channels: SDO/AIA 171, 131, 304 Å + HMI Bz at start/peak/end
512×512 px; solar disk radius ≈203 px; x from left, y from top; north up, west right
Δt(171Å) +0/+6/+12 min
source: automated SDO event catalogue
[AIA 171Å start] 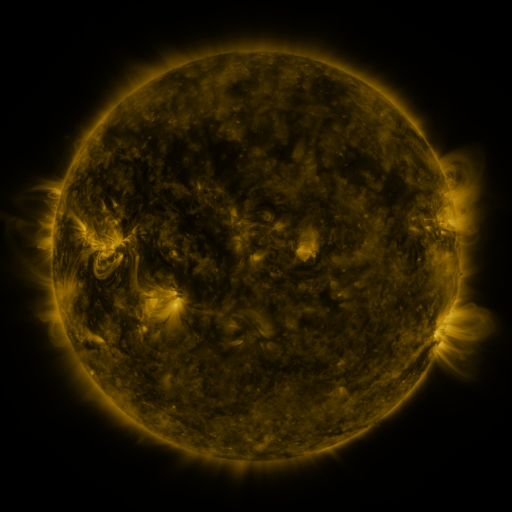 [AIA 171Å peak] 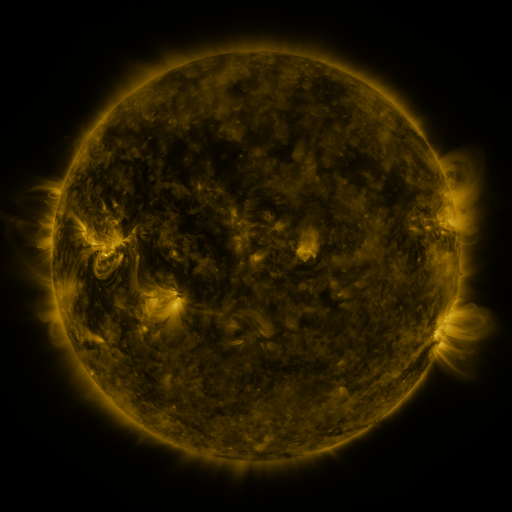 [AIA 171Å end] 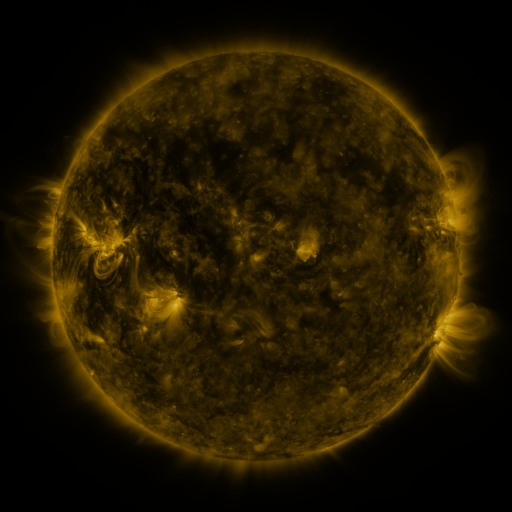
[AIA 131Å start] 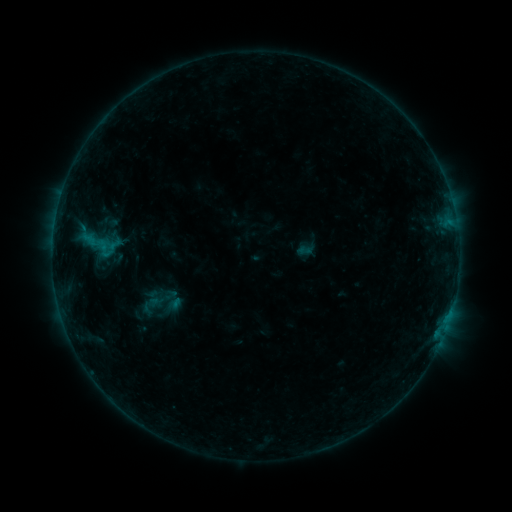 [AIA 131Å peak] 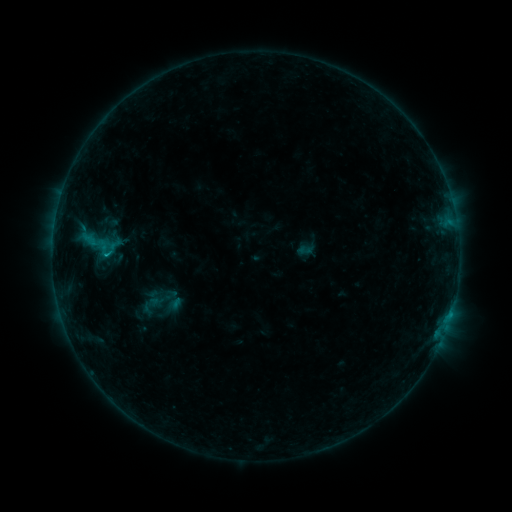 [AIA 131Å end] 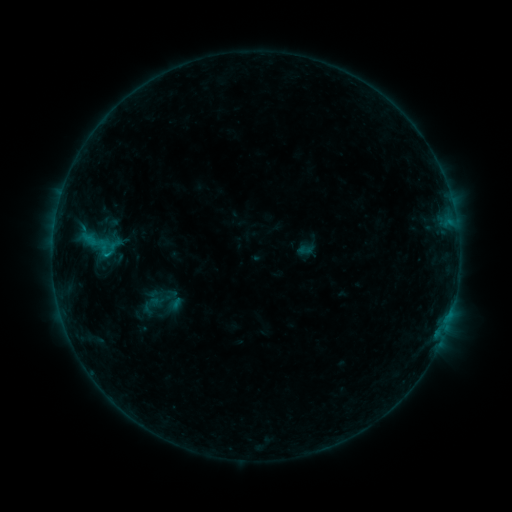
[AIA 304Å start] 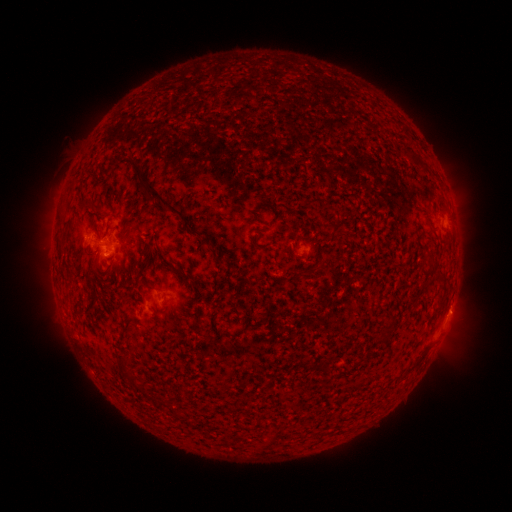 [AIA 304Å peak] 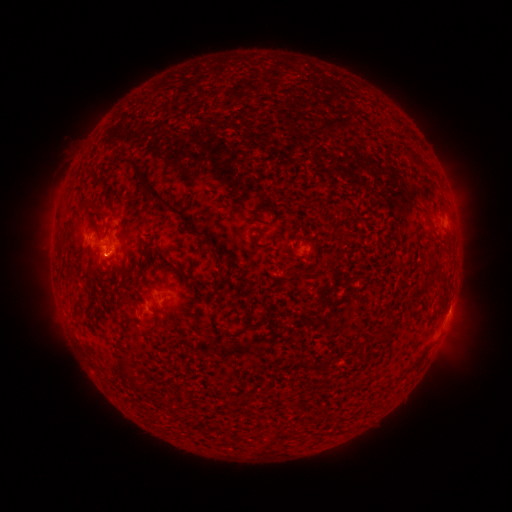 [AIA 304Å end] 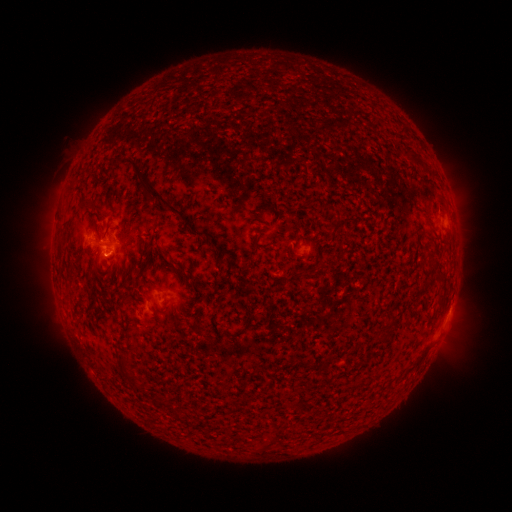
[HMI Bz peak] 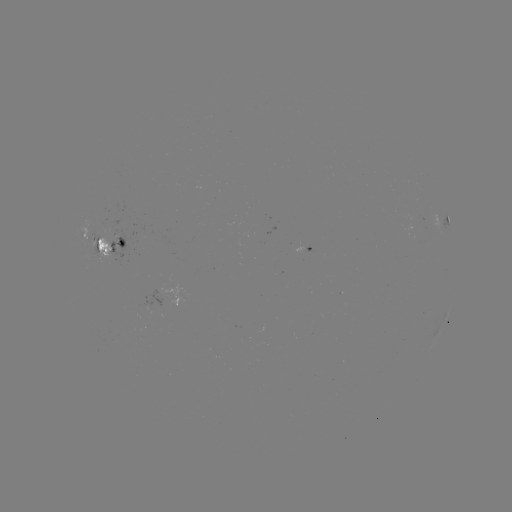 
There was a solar flare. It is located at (107, 255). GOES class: B8.9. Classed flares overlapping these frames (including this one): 1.